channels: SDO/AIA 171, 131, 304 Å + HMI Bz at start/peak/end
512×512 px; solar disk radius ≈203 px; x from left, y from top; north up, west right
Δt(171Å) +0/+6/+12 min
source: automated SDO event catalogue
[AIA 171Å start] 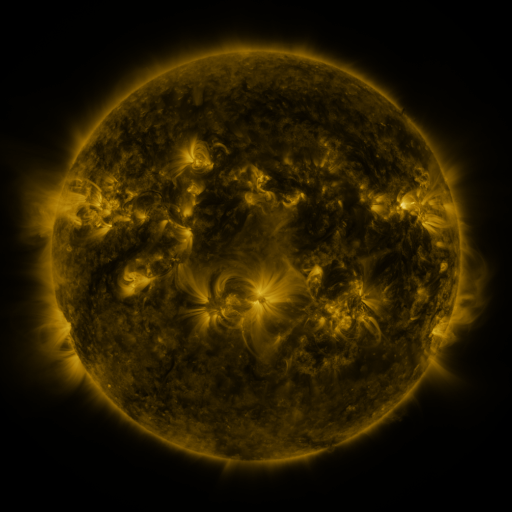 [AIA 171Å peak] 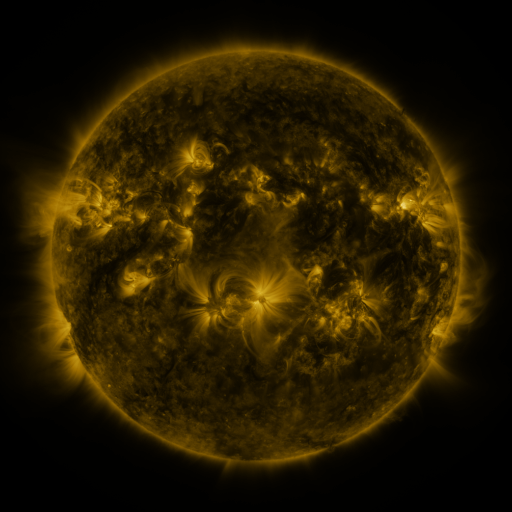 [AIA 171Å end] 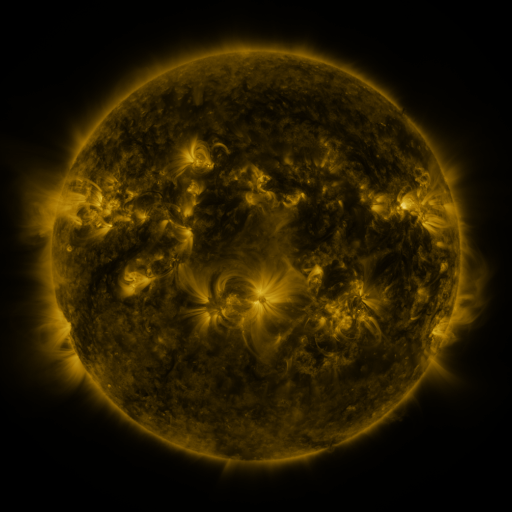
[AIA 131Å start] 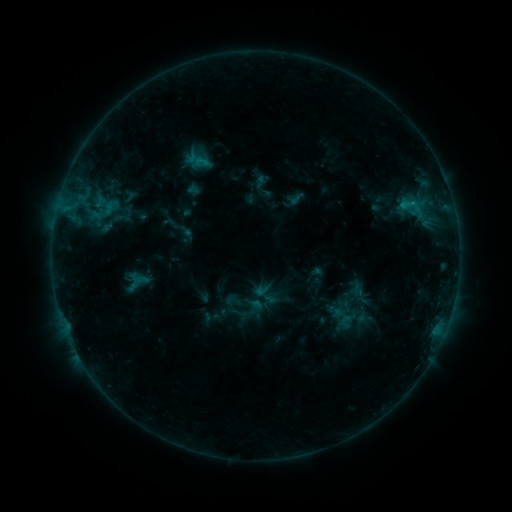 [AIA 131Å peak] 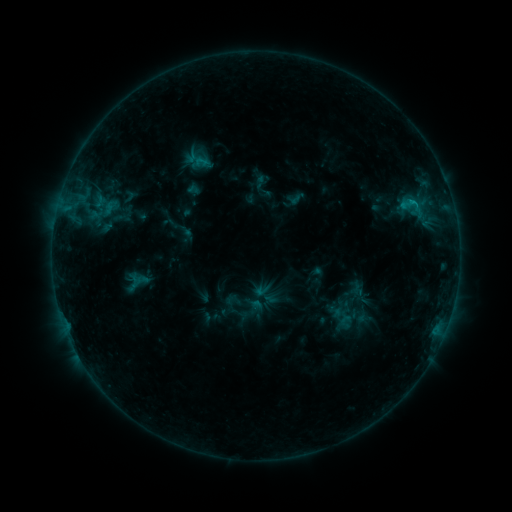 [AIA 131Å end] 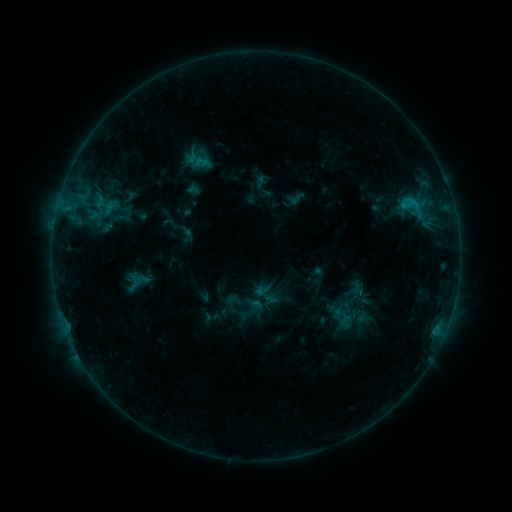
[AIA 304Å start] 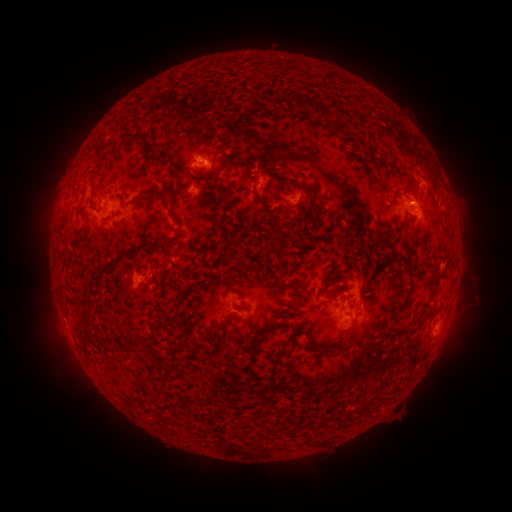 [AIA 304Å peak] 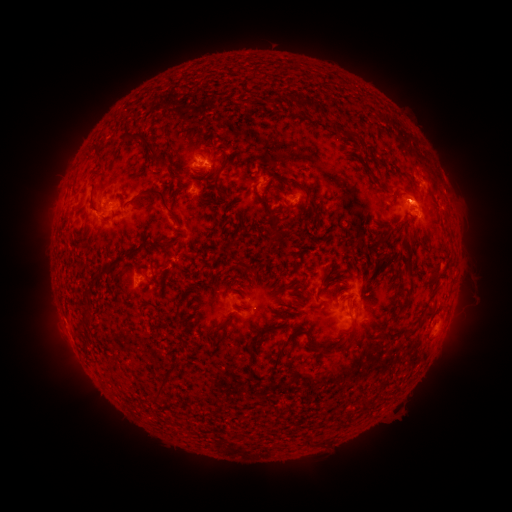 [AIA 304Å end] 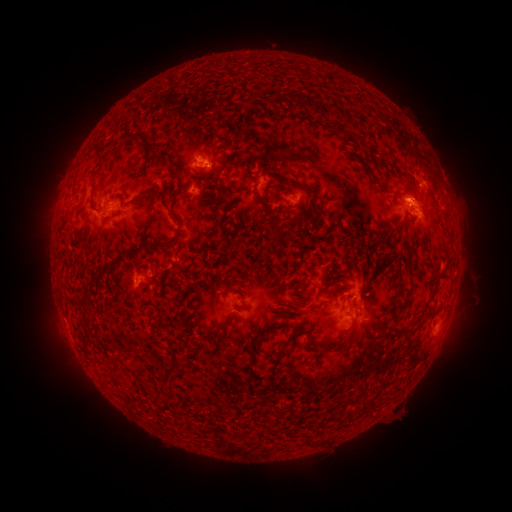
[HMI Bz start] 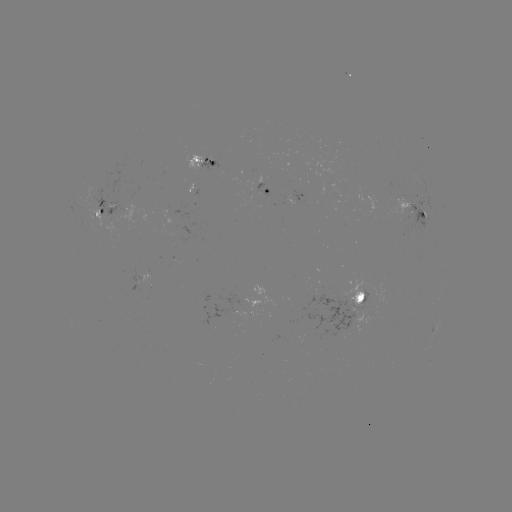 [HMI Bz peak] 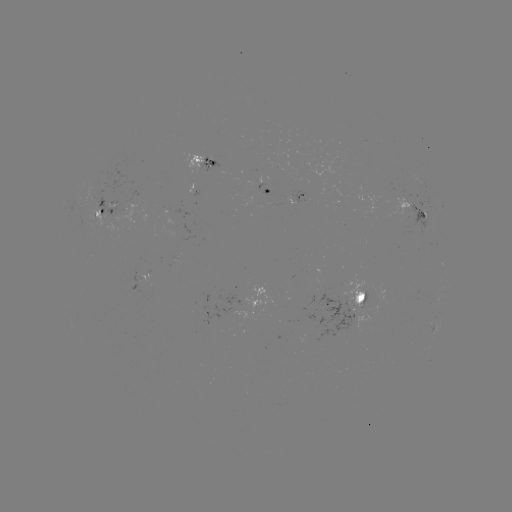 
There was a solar eruption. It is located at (411, 195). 